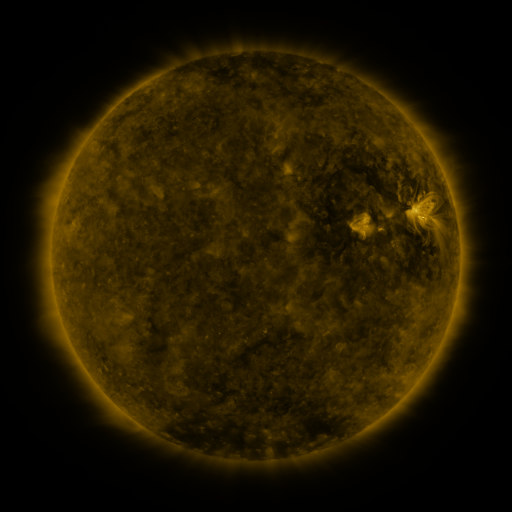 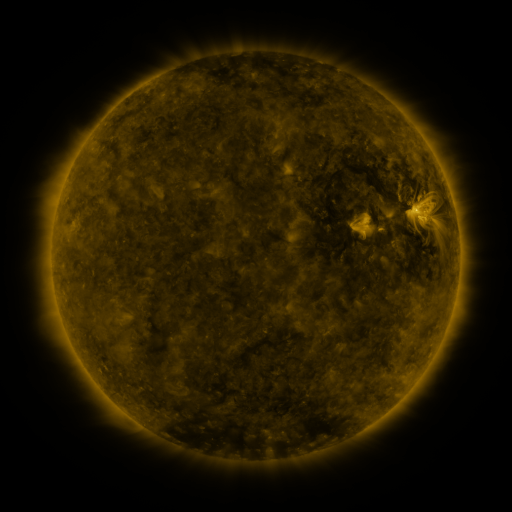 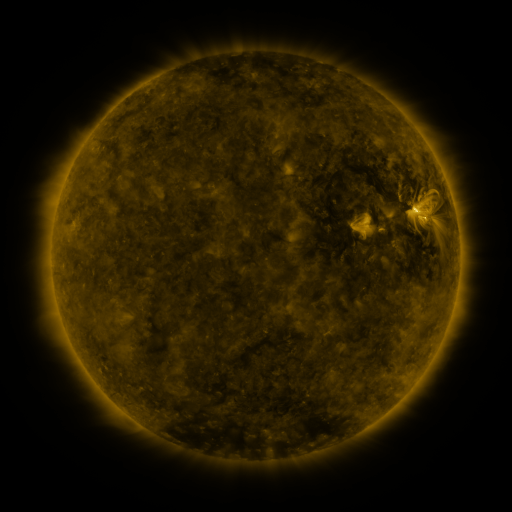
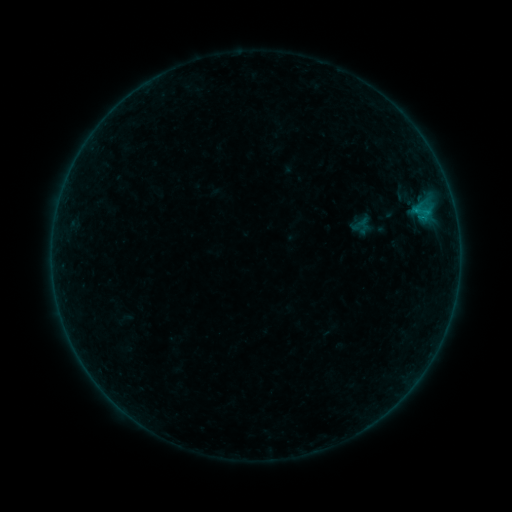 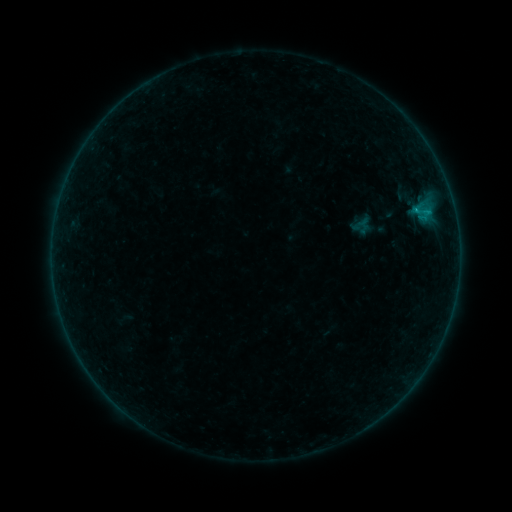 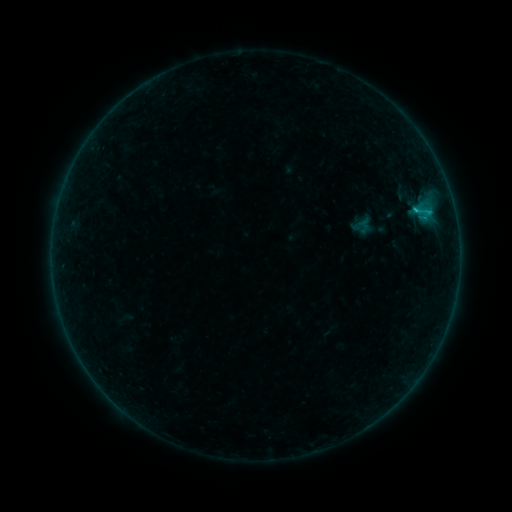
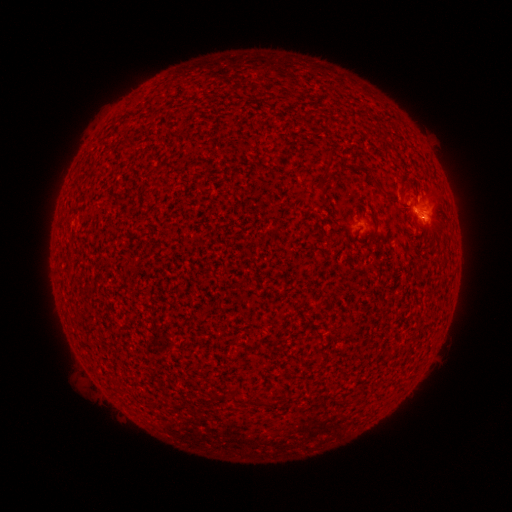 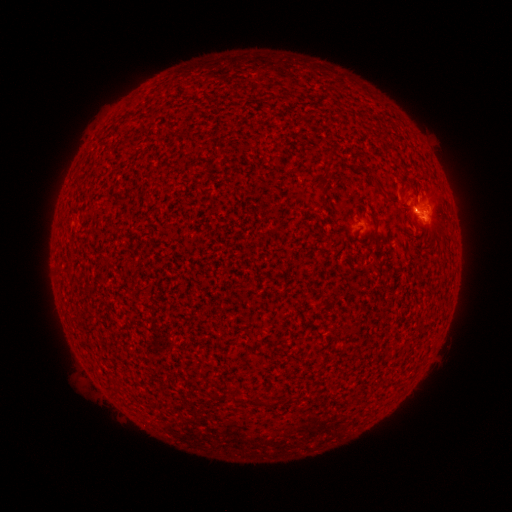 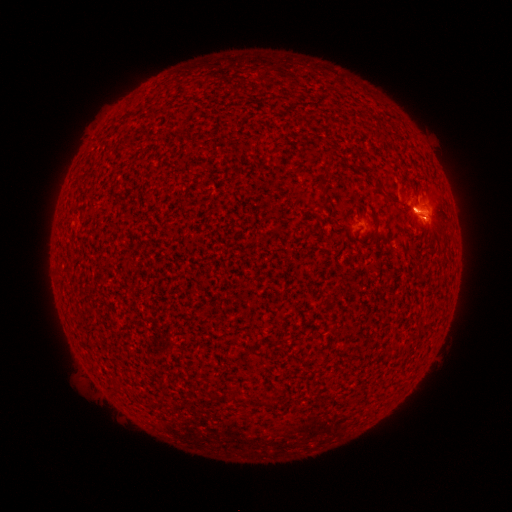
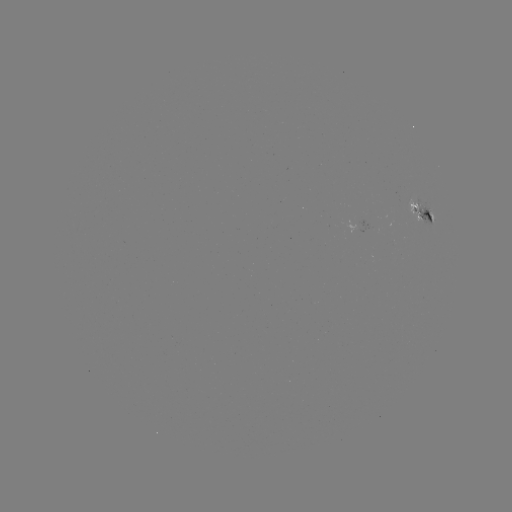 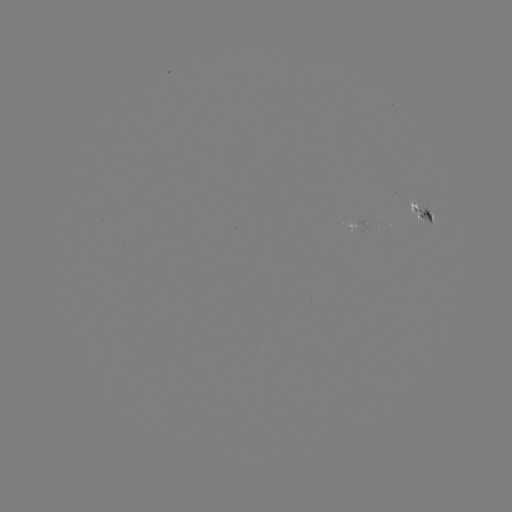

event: flare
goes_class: B8.5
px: (414, 212)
